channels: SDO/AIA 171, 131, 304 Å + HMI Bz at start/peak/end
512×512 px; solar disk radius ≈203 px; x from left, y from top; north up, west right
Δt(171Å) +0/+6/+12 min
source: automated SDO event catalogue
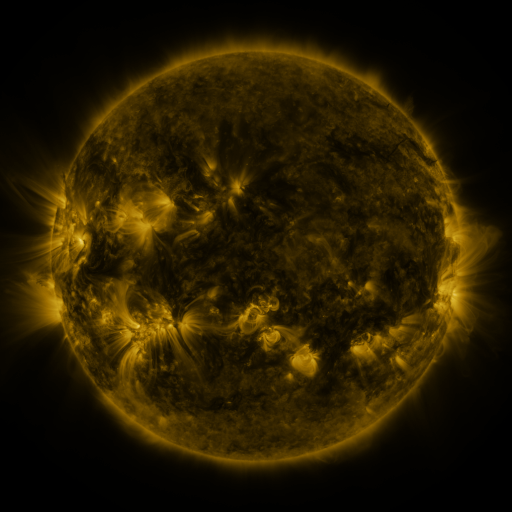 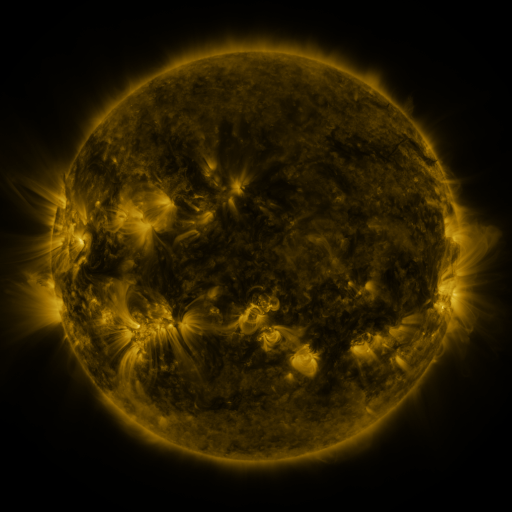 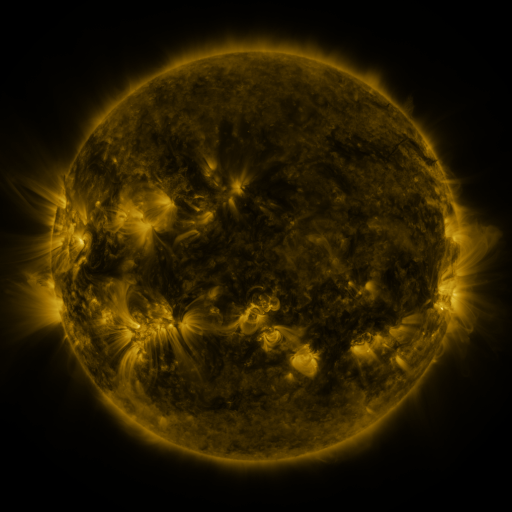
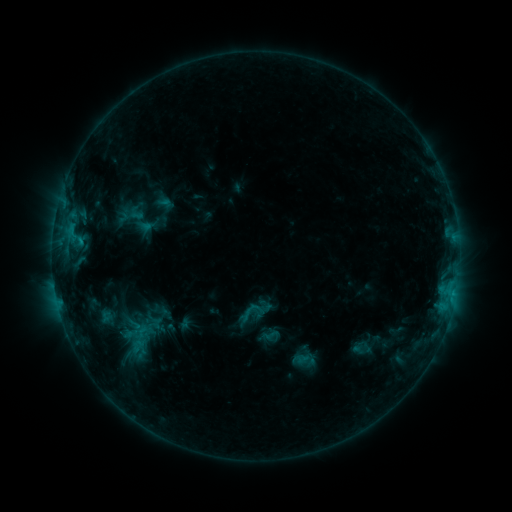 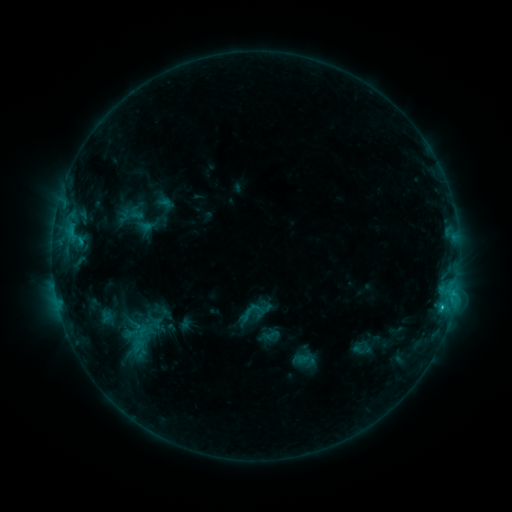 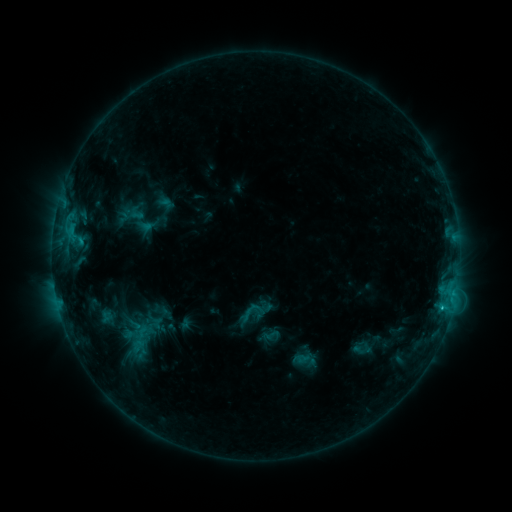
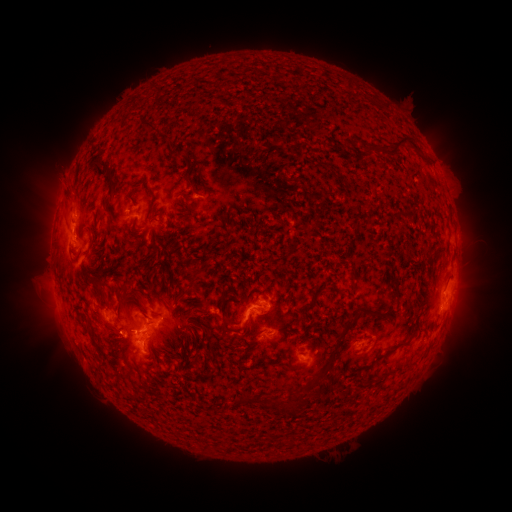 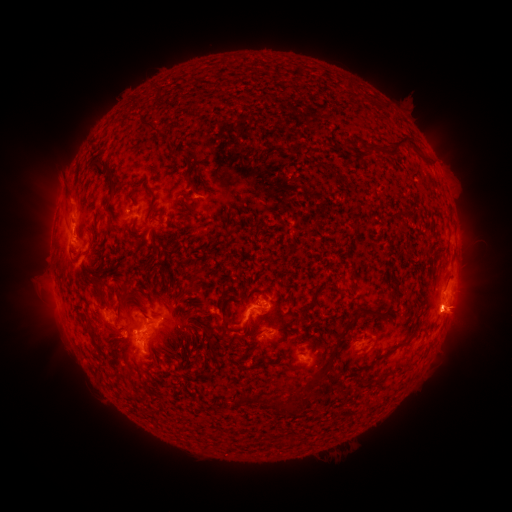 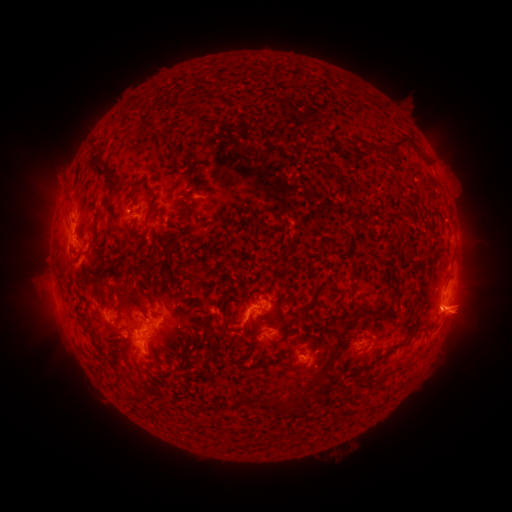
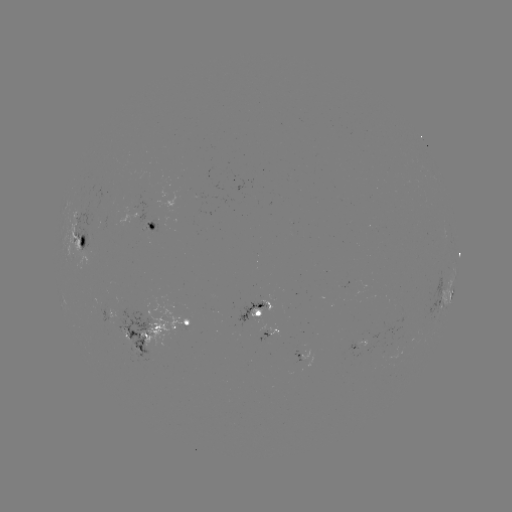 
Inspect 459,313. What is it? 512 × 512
eruption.